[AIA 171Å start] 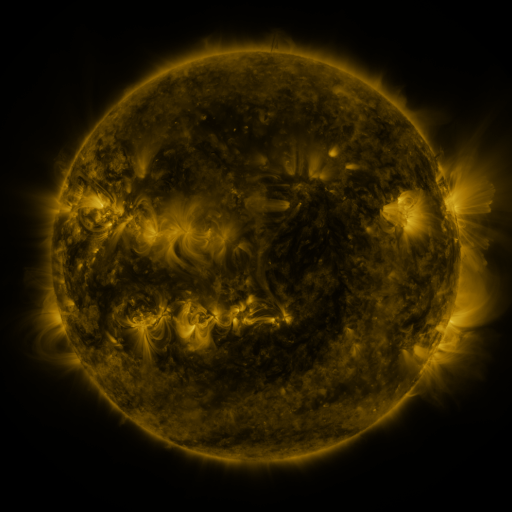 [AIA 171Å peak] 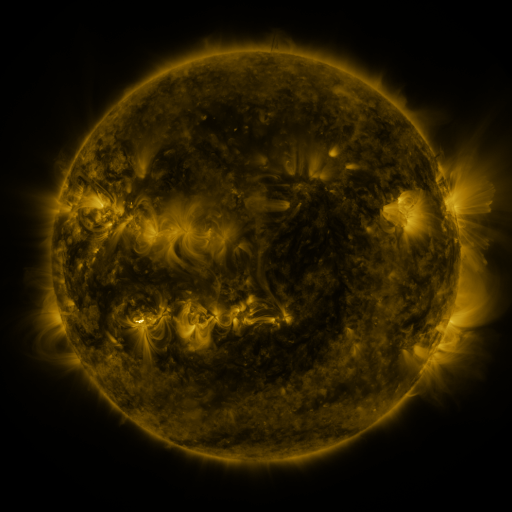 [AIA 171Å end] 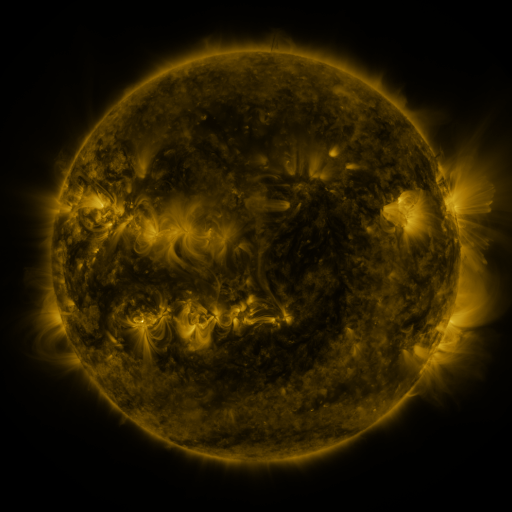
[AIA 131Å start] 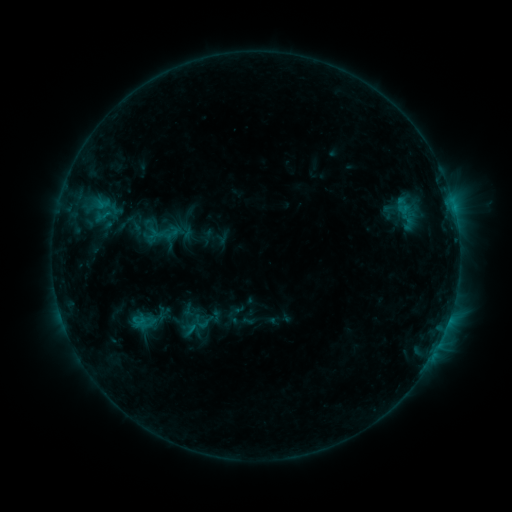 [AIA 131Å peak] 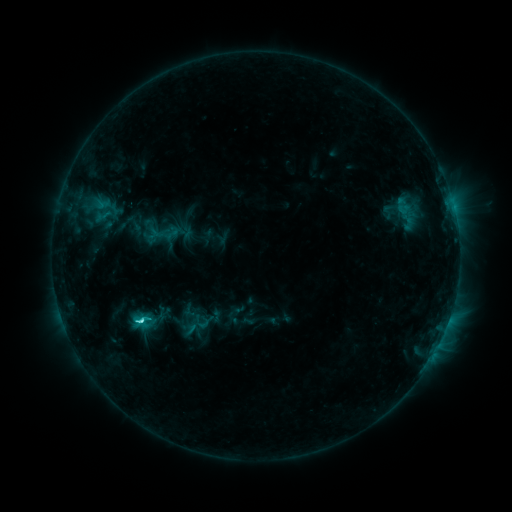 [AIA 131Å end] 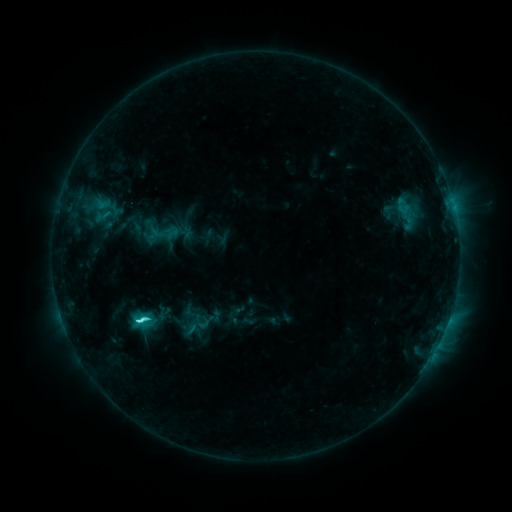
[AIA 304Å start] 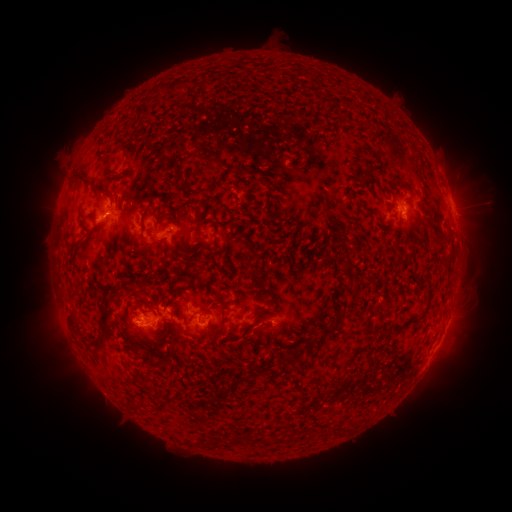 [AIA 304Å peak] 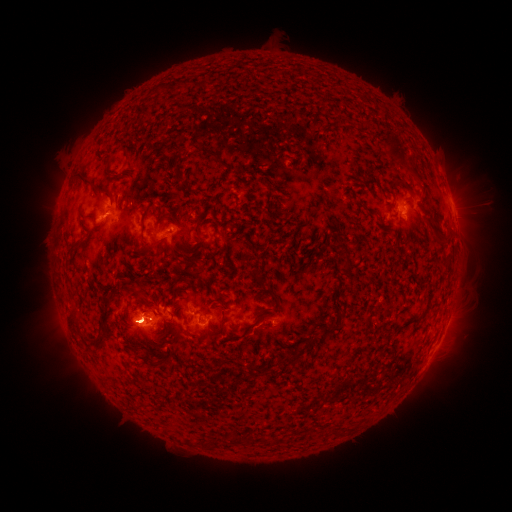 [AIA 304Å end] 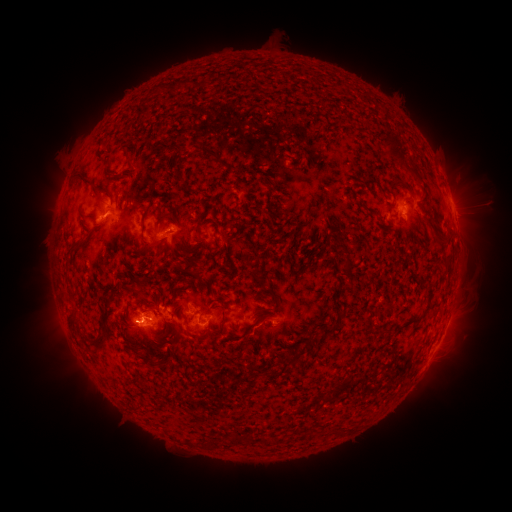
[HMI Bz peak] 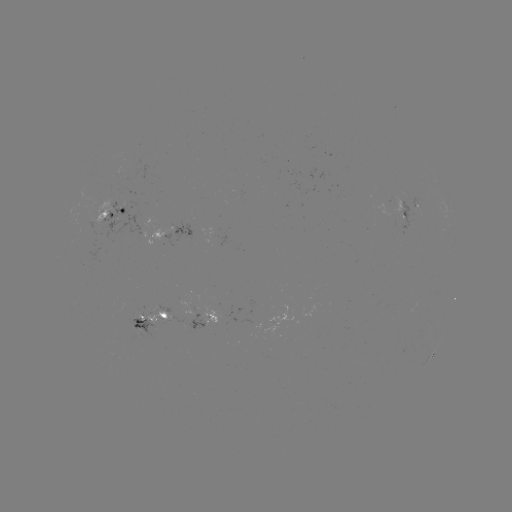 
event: eruption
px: (475, 199)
